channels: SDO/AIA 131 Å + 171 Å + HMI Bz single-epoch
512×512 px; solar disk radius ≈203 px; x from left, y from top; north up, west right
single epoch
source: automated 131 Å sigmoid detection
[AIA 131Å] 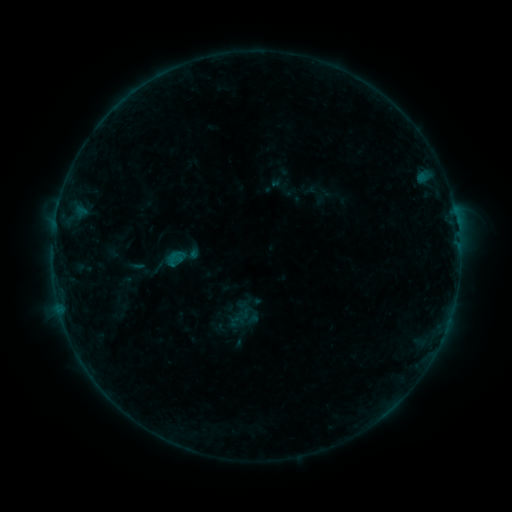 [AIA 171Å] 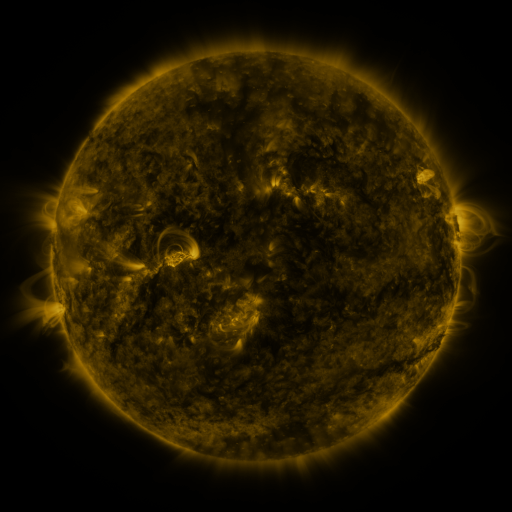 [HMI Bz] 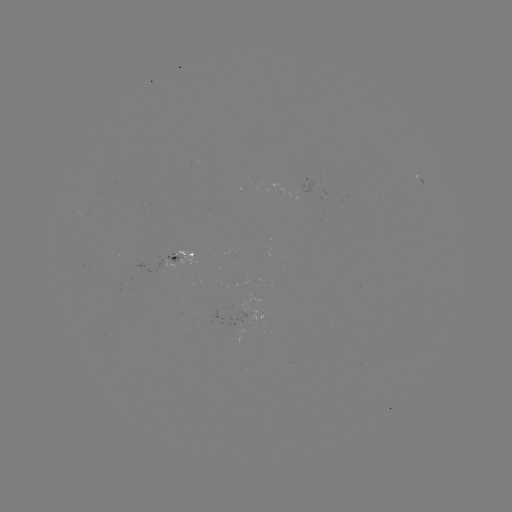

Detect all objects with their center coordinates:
sigmoid: (172, 260)
